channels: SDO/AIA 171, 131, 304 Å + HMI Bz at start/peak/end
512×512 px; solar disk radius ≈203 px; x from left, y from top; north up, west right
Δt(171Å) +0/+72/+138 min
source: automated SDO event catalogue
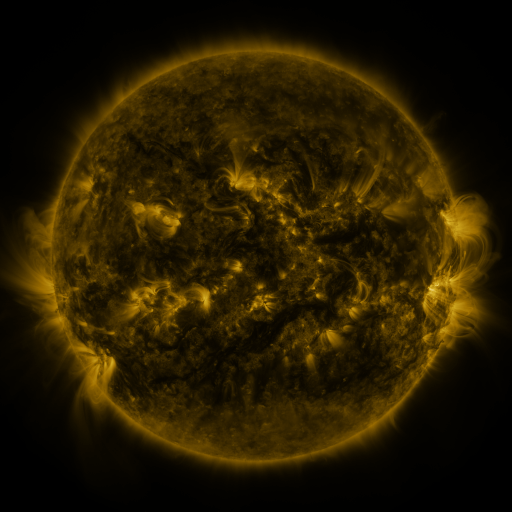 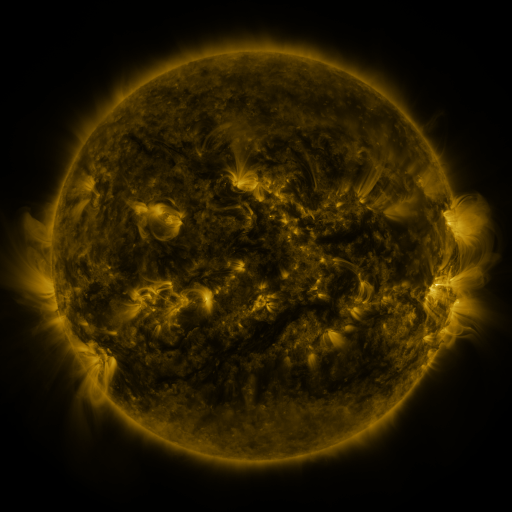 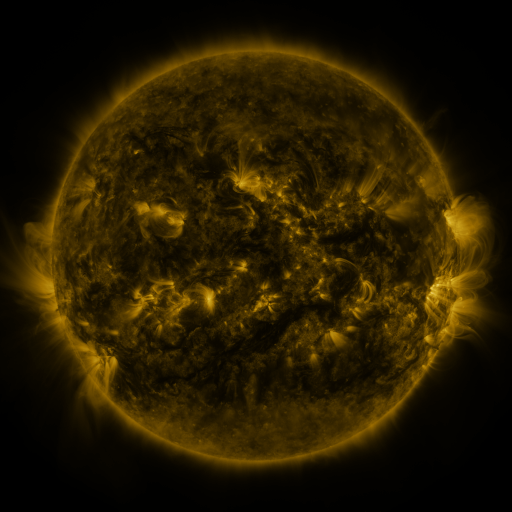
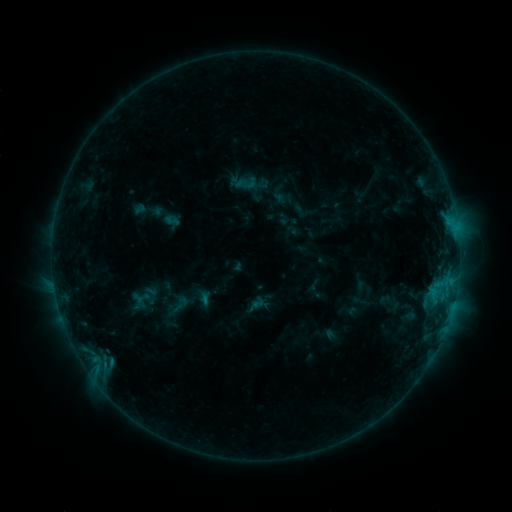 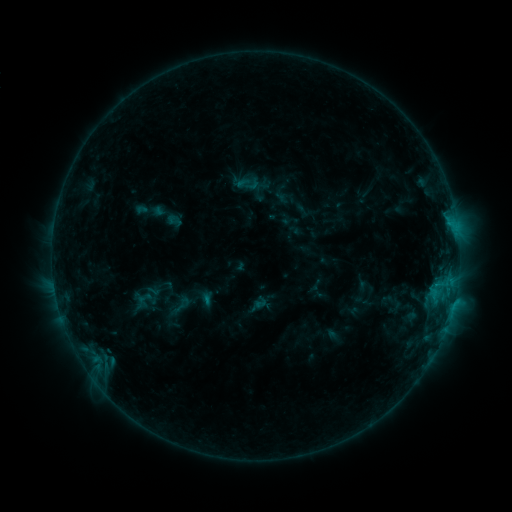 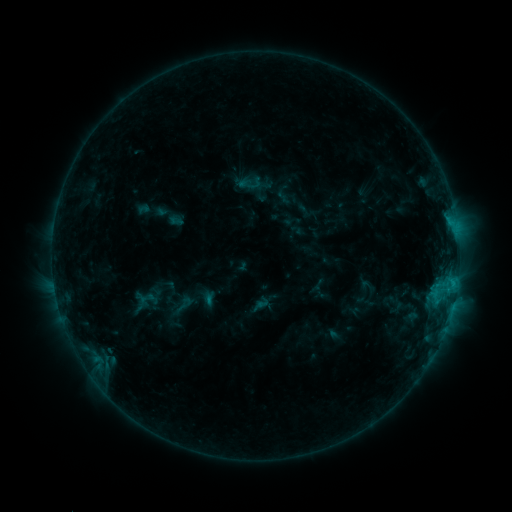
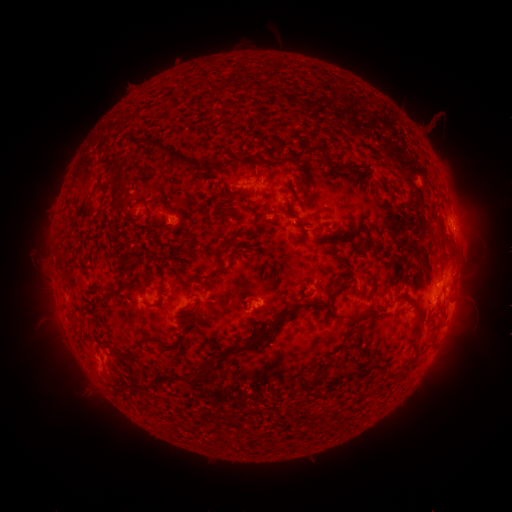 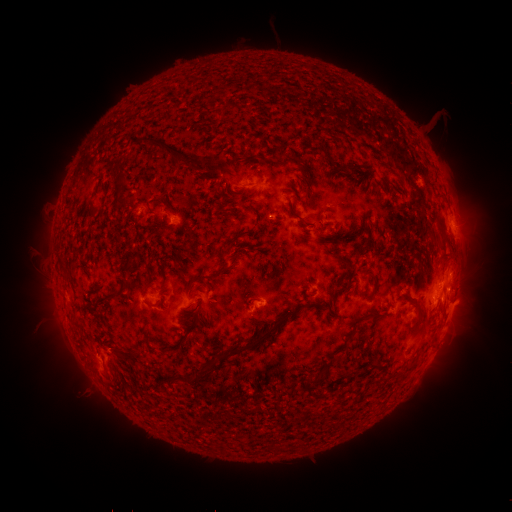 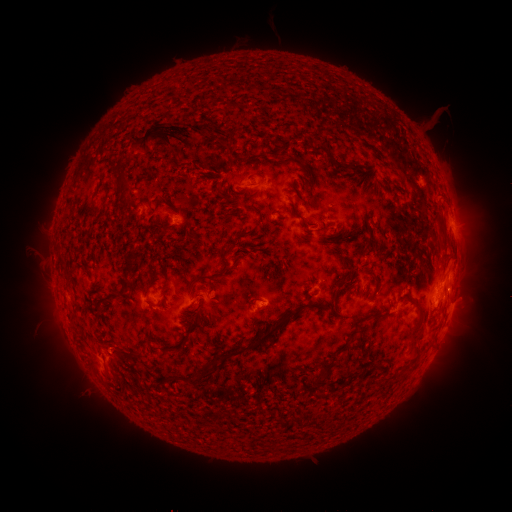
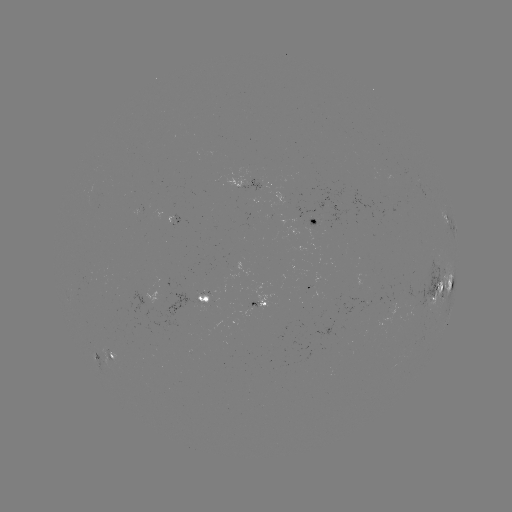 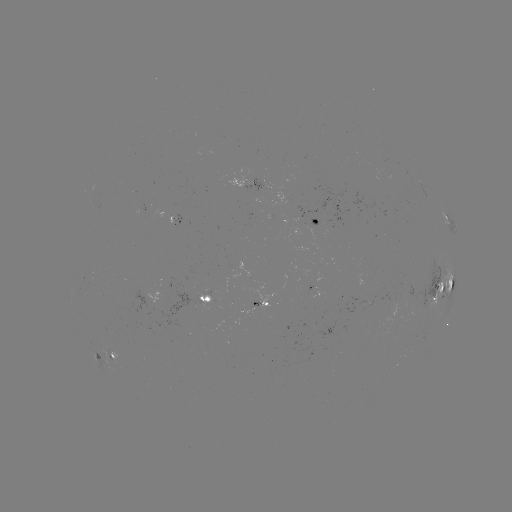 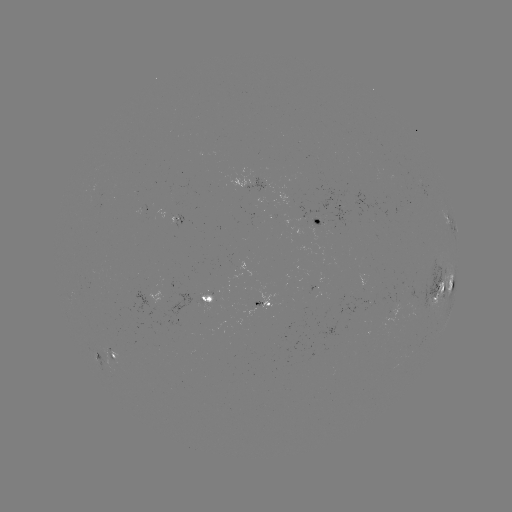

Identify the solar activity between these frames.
filament eruption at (59, 204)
